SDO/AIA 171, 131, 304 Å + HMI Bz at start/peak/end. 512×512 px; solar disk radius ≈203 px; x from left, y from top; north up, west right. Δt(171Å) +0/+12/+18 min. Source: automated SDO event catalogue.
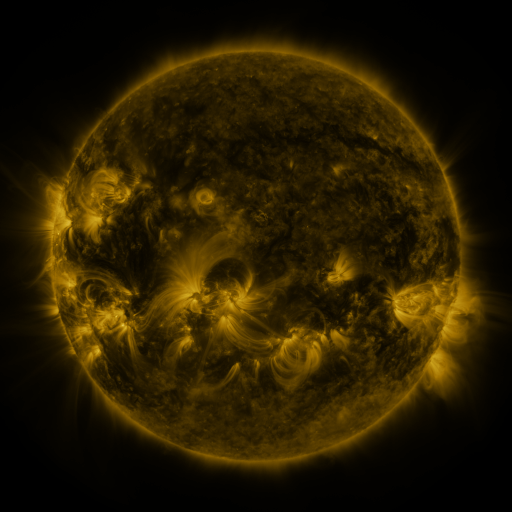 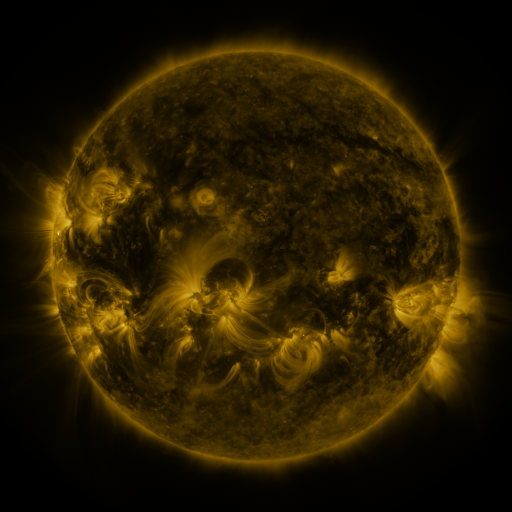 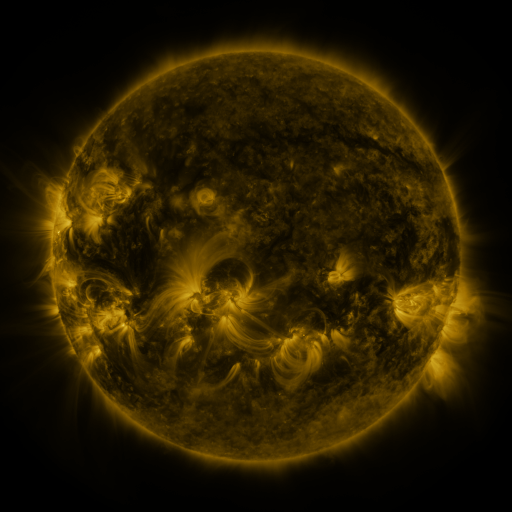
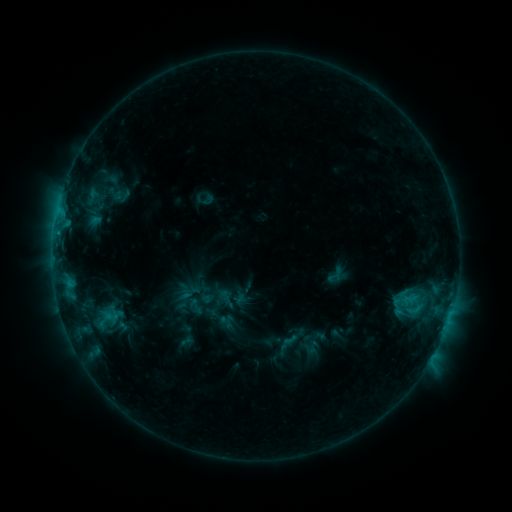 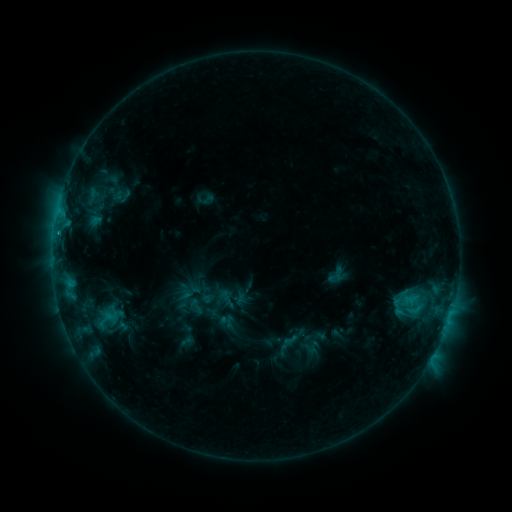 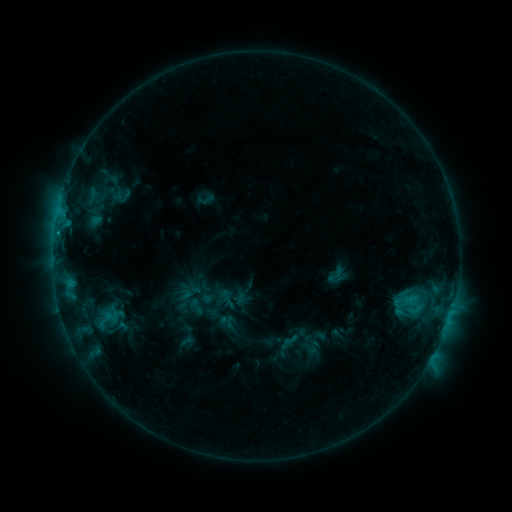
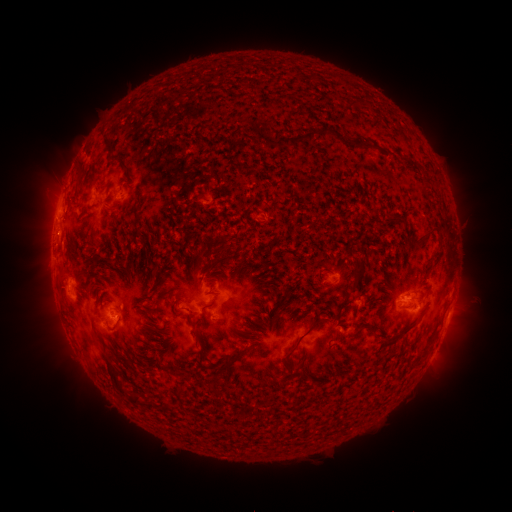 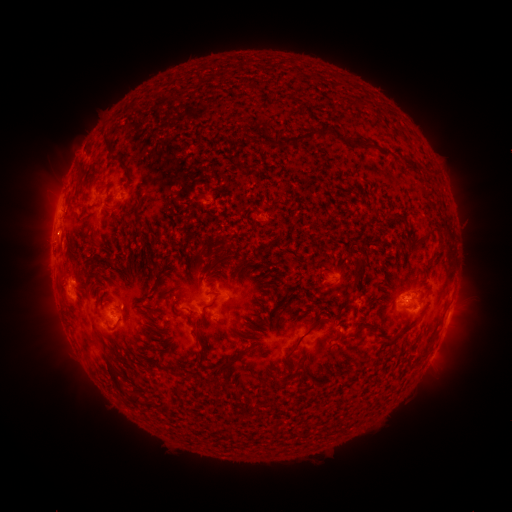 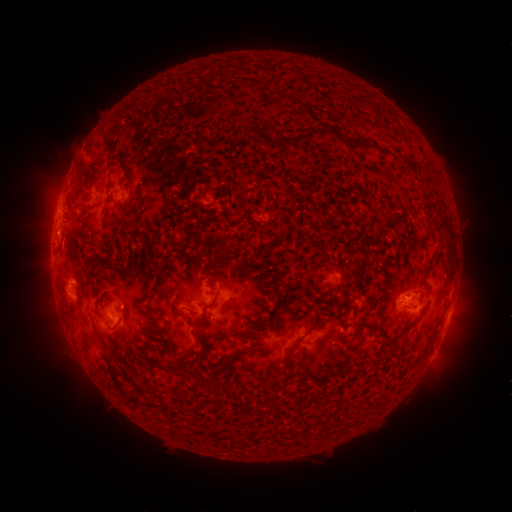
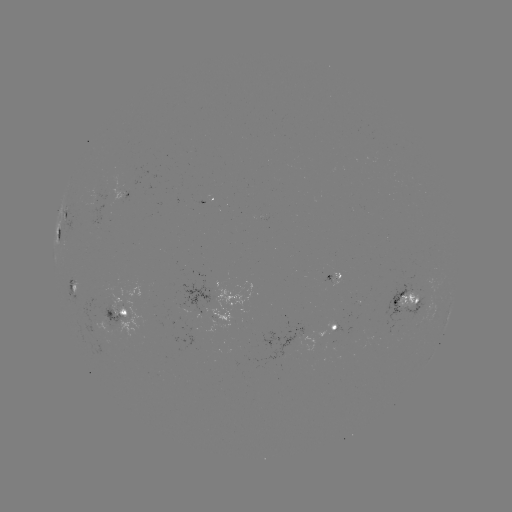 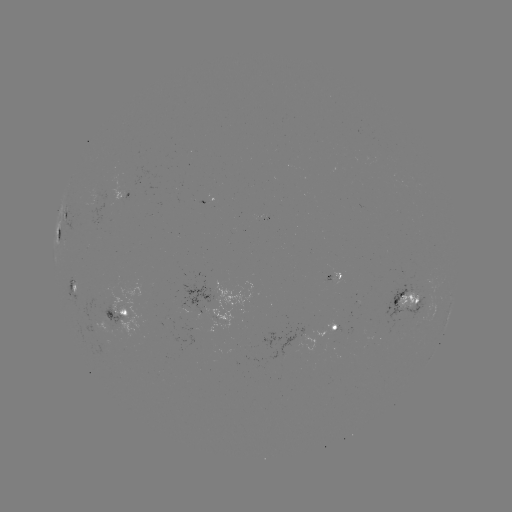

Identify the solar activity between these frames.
no catalogued flare and no flagged EUV brightening in this window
